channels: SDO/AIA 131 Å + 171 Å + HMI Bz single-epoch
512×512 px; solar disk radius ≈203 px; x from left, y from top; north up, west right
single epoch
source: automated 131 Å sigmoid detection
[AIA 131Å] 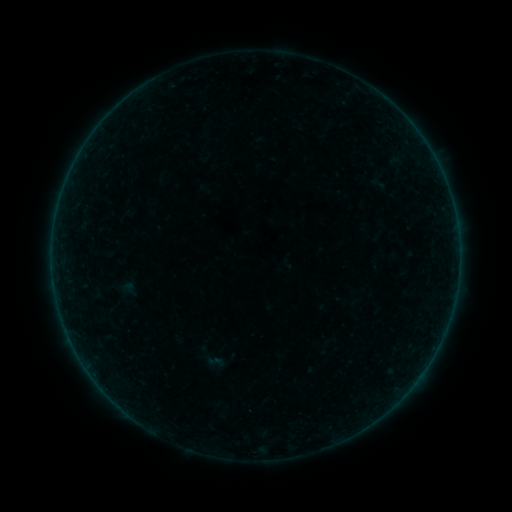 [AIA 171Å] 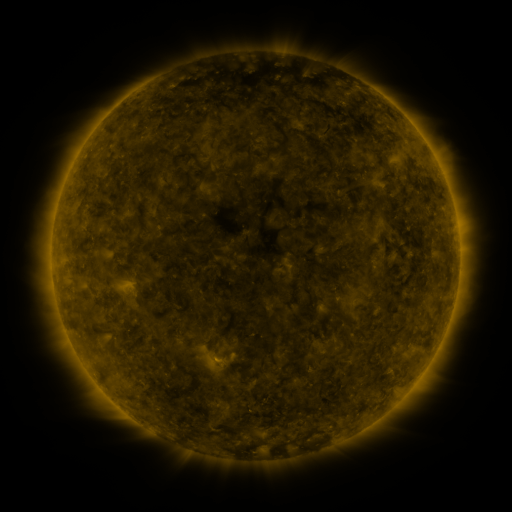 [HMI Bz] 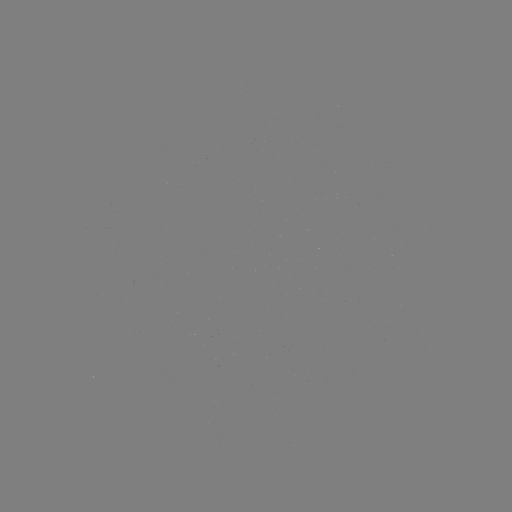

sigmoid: [203, 351, 227, 372]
